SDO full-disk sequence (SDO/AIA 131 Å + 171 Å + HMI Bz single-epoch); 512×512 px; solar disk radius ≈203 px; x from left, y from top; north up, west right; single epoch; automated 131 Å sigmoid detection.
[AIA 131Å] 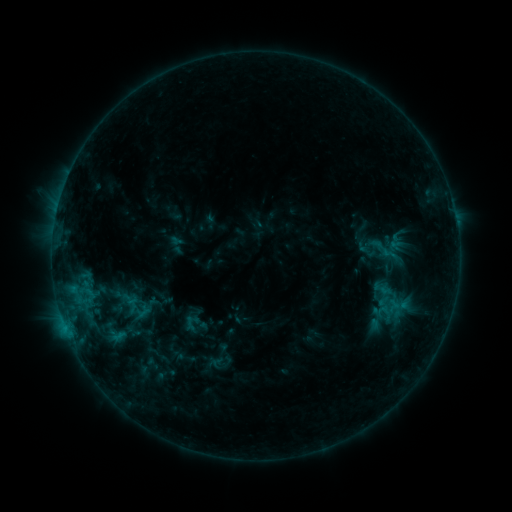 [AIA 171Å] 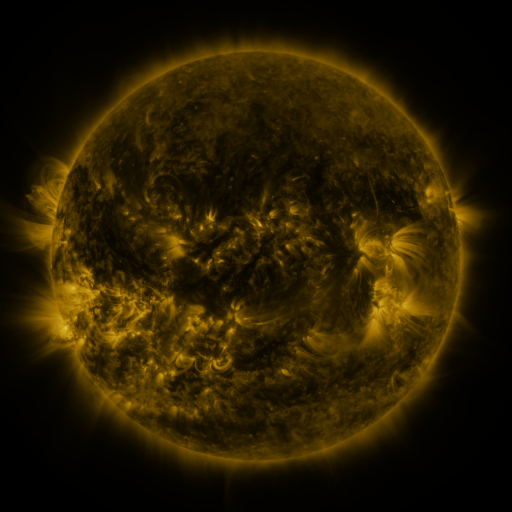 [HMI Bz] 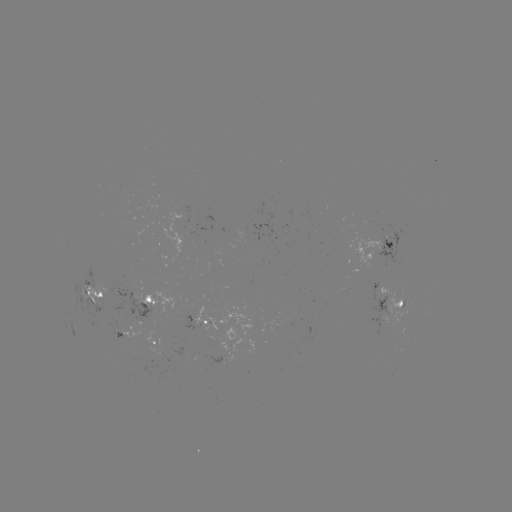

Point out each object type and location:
sigmoid: (368, 235, 400, 263)
sigmoid: (91, 314, 137, 351)
